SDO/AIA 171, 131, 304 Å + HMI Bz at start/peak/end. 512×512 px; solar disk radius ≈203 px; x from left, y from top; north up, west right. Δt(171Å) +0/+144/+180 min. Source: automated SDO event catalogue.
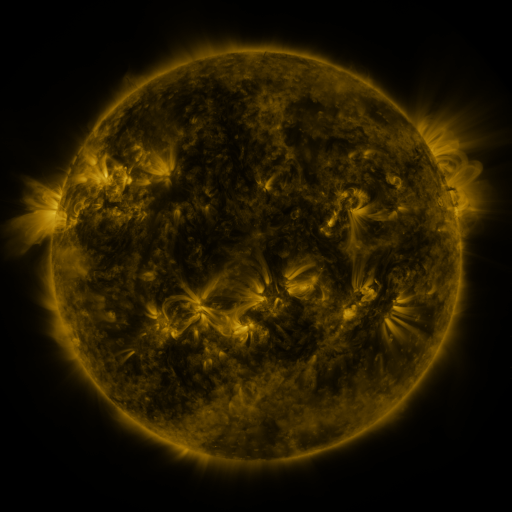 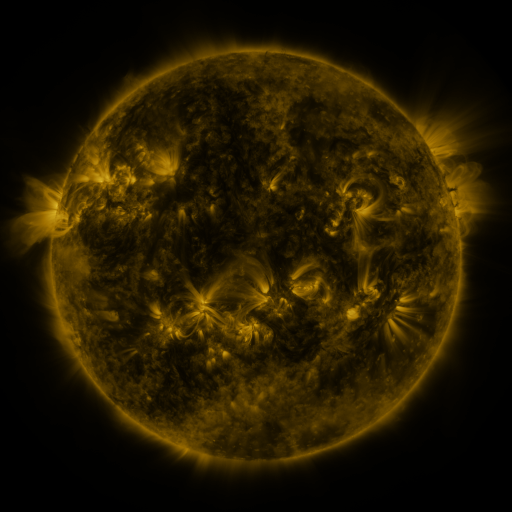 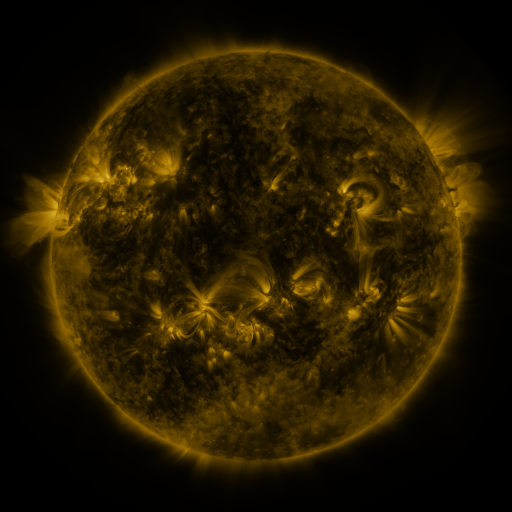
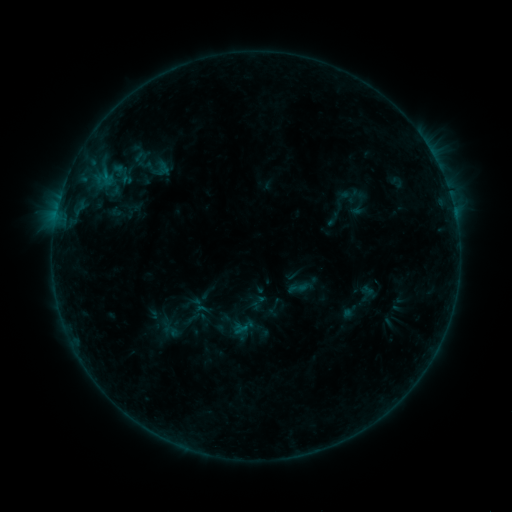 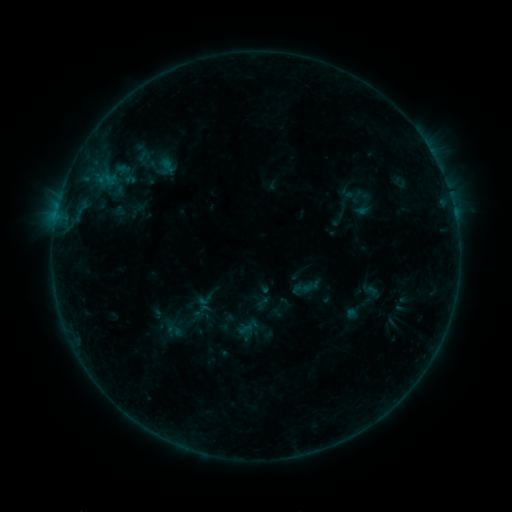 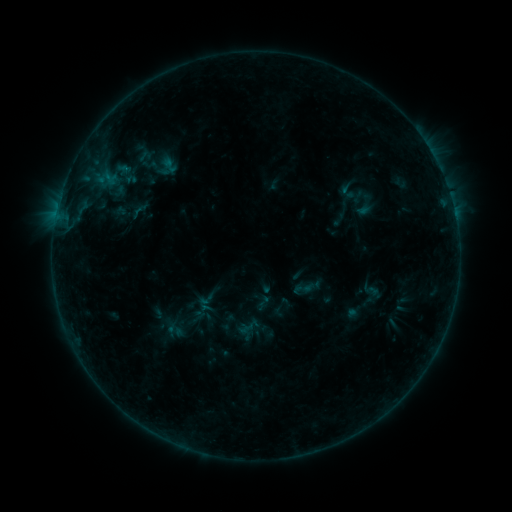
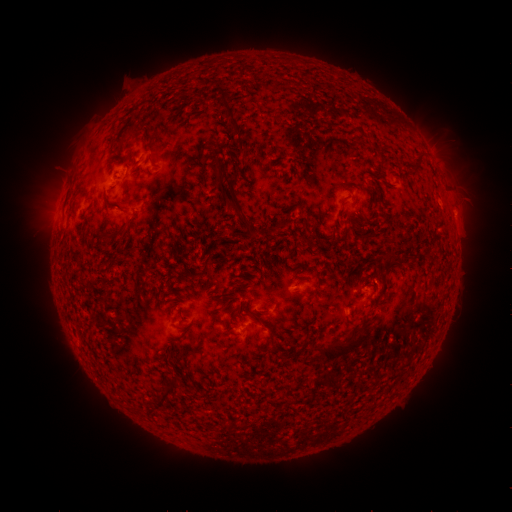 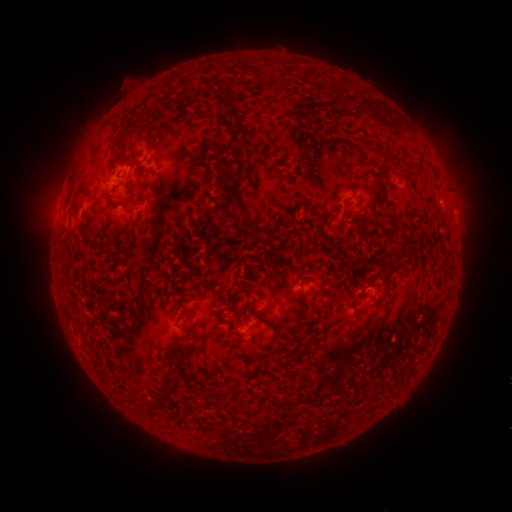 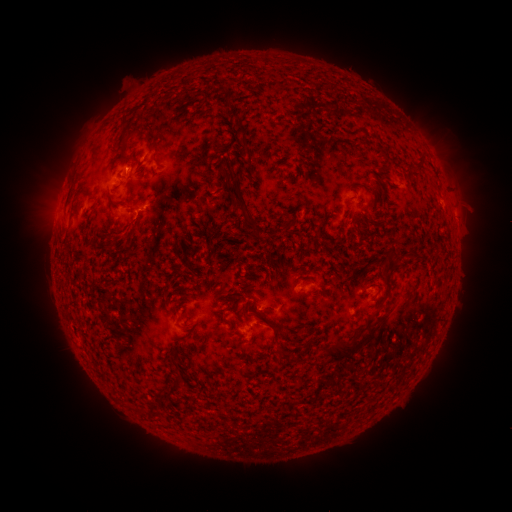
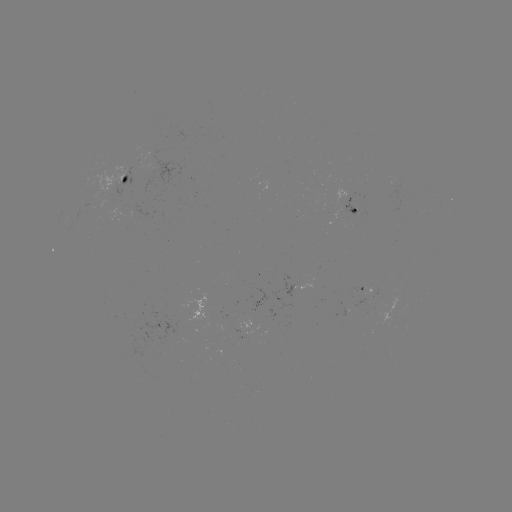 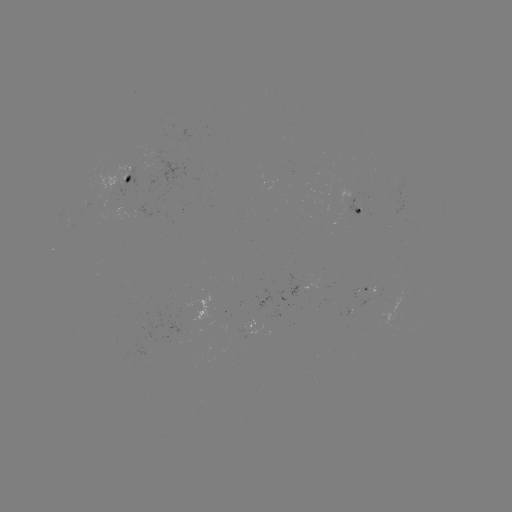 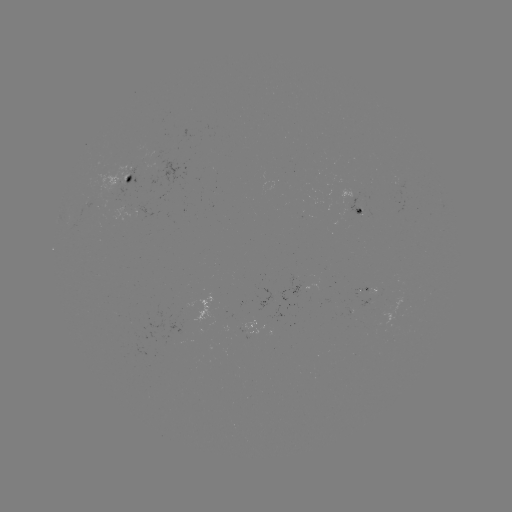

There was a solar emerging-flux region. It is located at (92, 207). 